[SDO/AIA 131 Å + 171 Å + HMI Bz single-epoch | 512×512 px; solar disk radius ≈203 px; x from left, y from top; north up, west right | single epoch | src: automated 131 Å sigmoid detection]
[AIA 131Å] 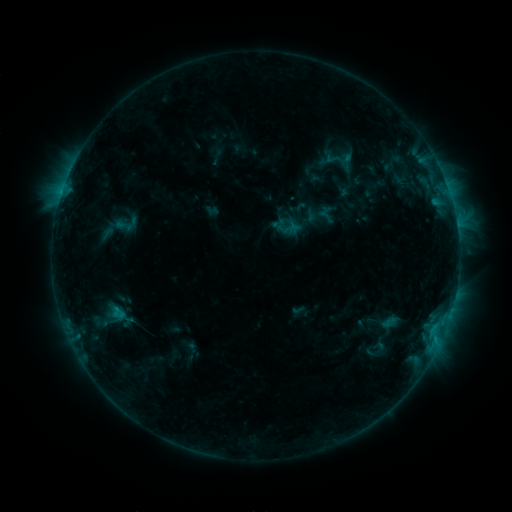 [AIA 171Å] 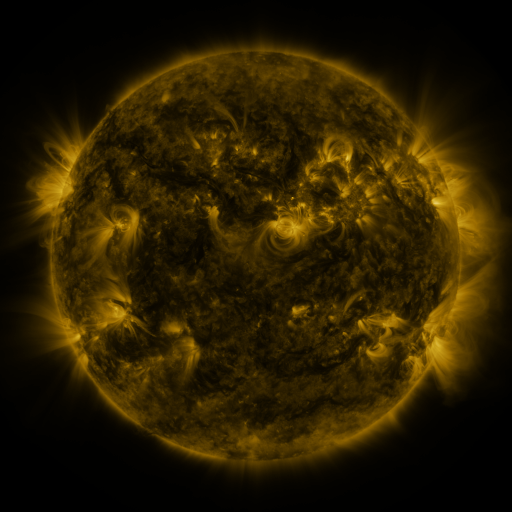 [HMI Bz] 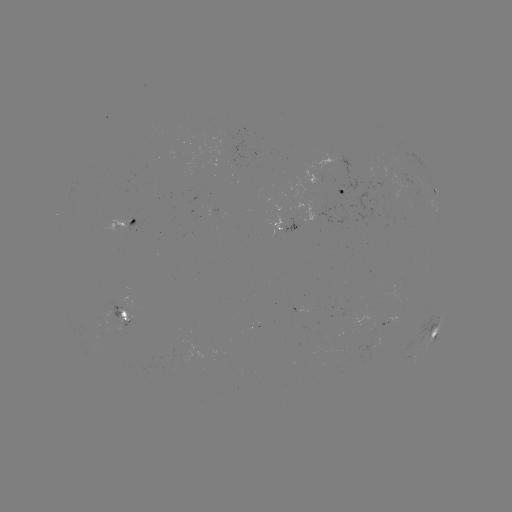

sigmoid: [113, 211, 139, 237]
